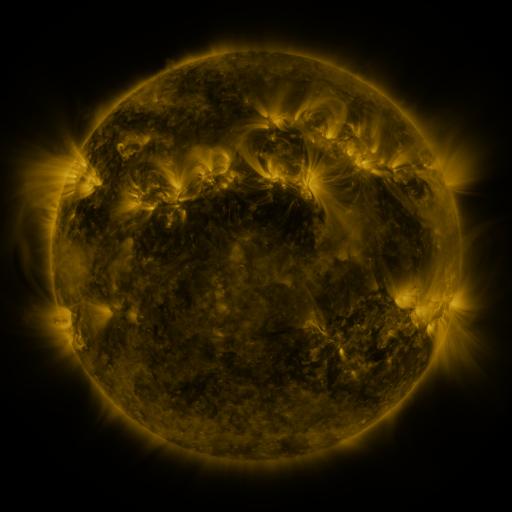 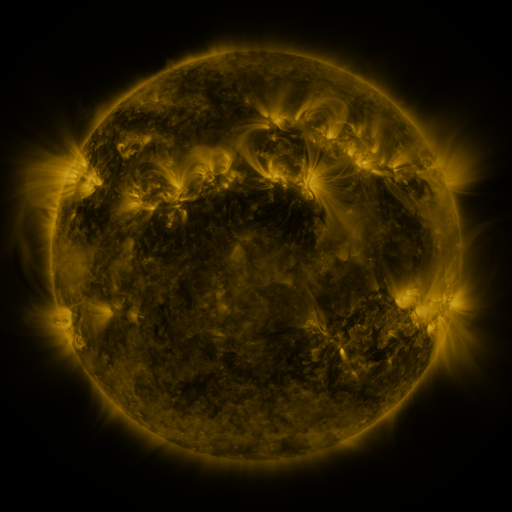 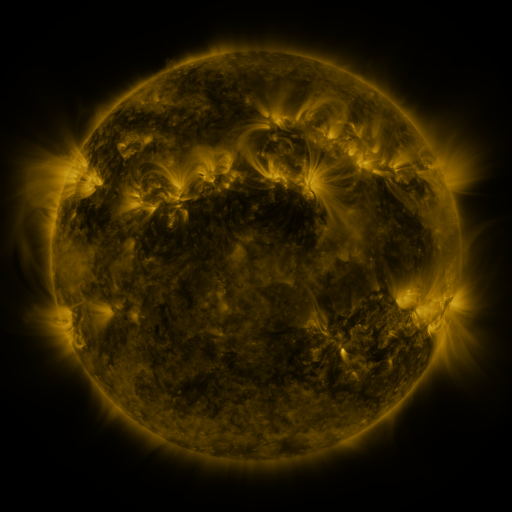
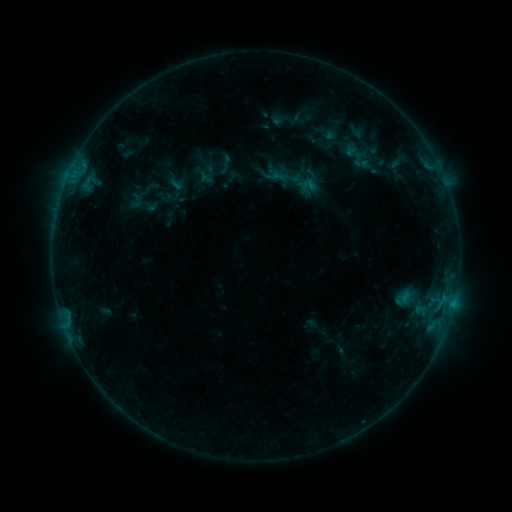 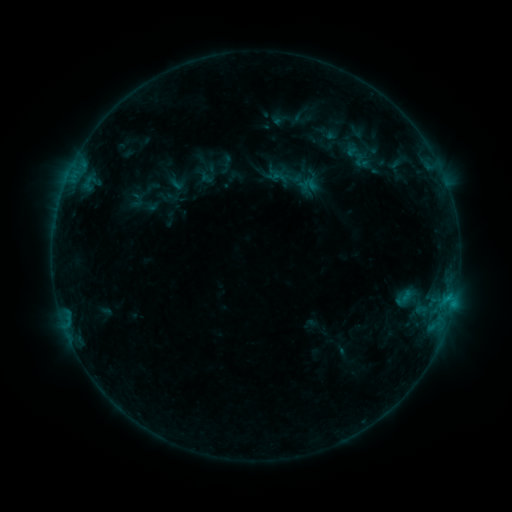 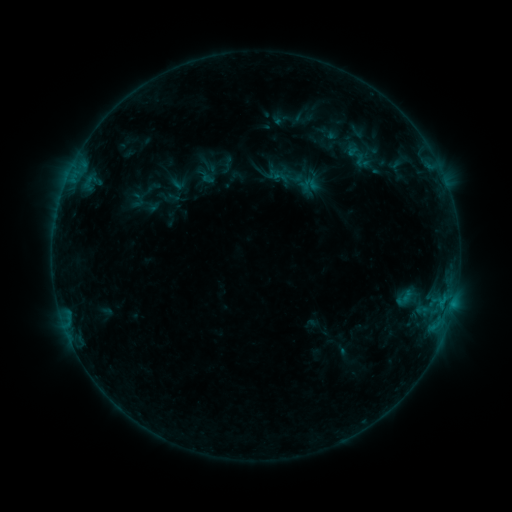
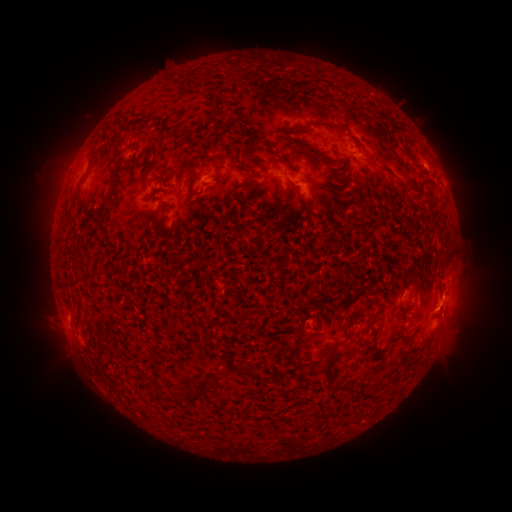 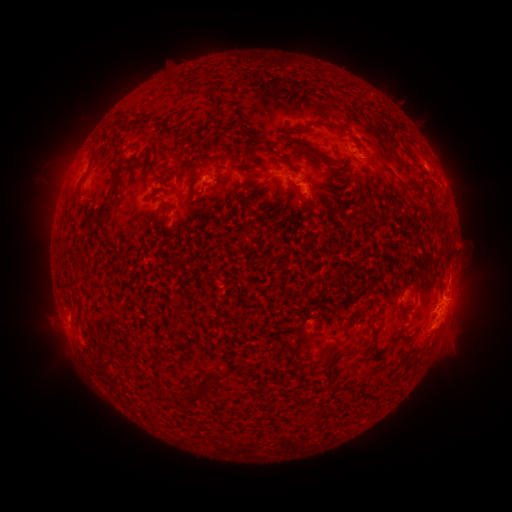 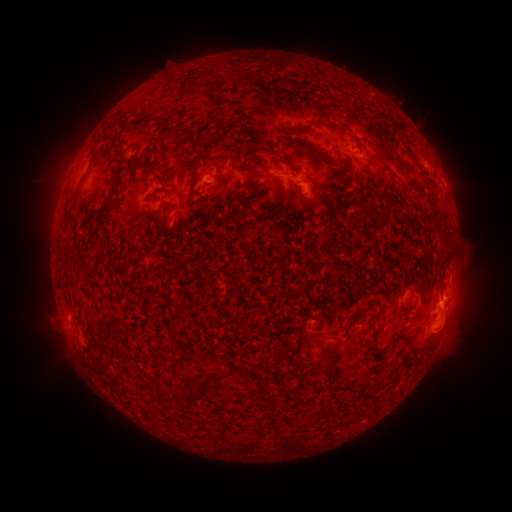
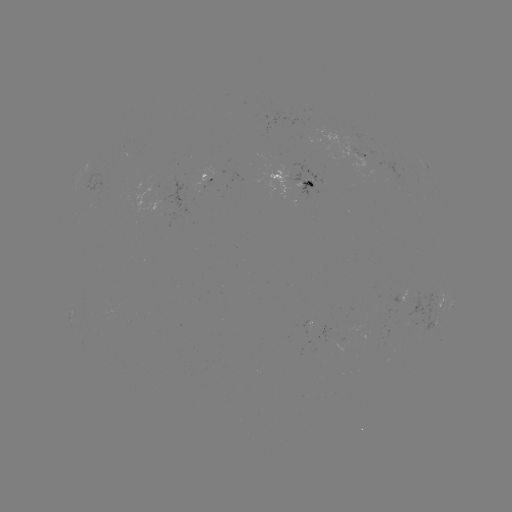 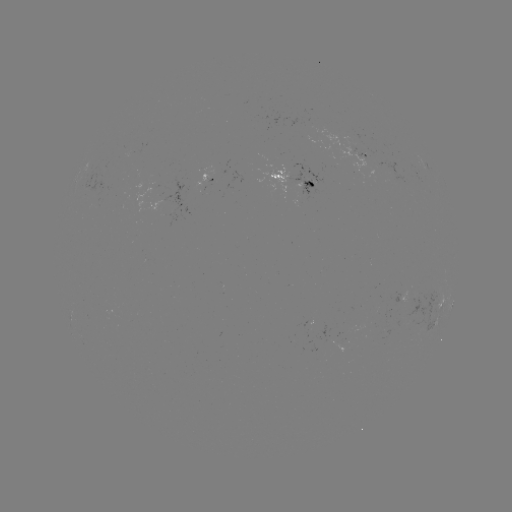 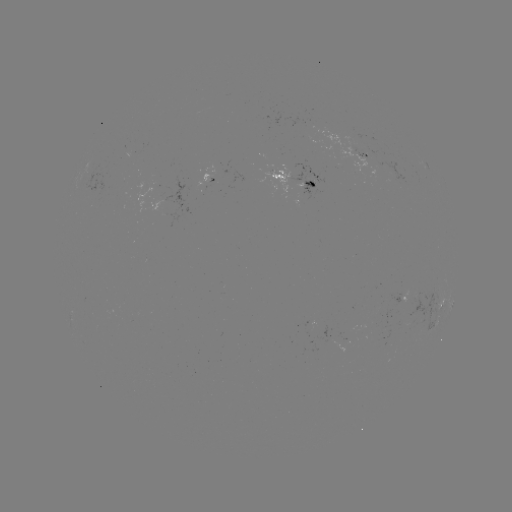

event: flare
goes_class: B8.3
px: (449, 296)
